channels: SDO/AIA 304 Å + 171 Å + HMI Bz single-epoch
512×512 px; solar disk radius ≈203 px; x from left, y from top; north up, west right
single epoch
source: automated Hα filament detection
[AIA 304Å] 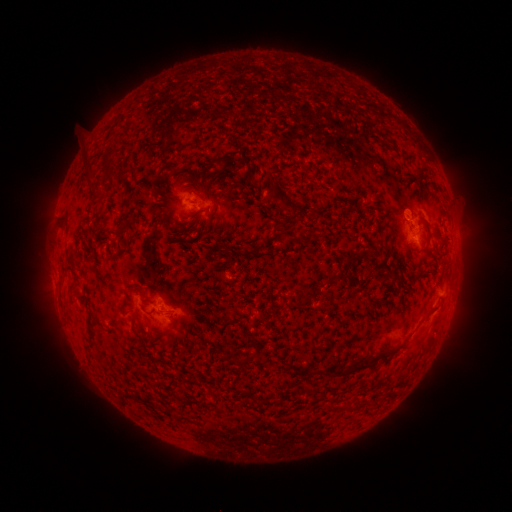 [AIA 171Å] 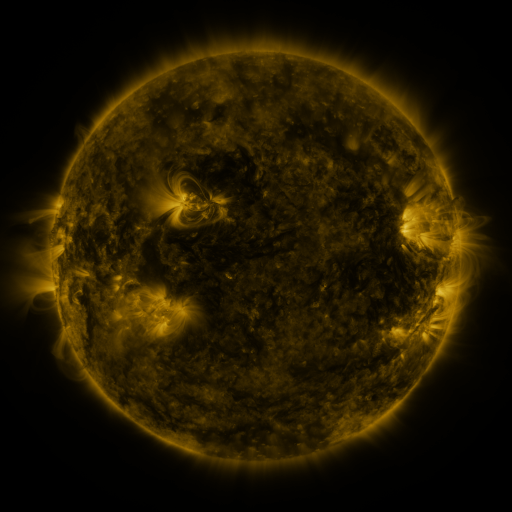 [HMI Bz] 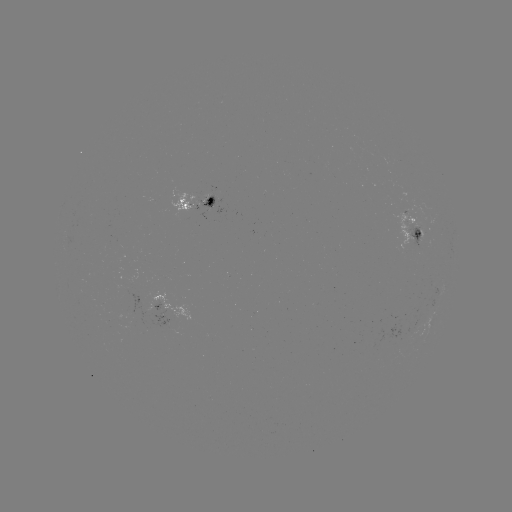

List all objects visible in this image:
filament: (220, 162)
filament: (282, 195)
filament: (63, 221)
filament: (328, 280)
filament: (302, 296)
filament: (415, 346)
filament: (350, 371)
filament: (254, 398)
